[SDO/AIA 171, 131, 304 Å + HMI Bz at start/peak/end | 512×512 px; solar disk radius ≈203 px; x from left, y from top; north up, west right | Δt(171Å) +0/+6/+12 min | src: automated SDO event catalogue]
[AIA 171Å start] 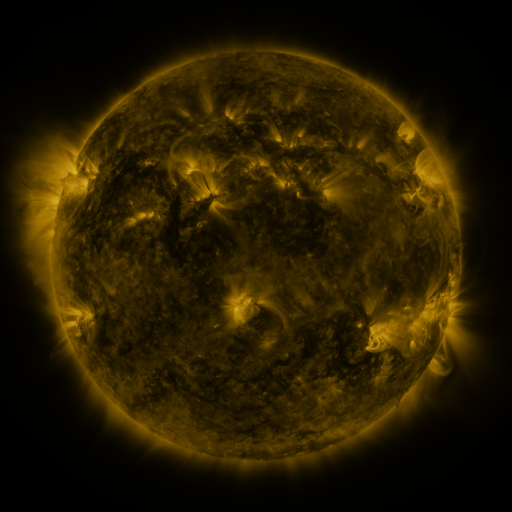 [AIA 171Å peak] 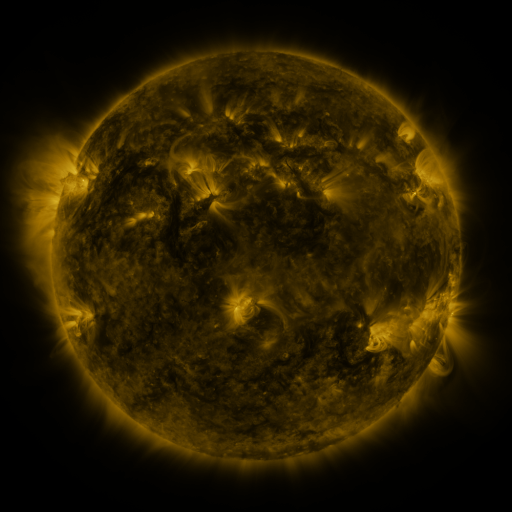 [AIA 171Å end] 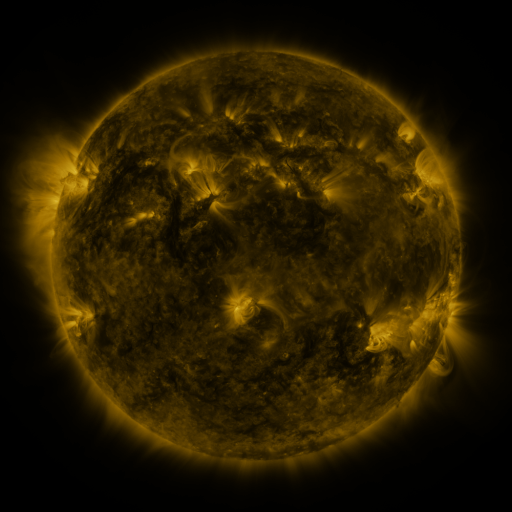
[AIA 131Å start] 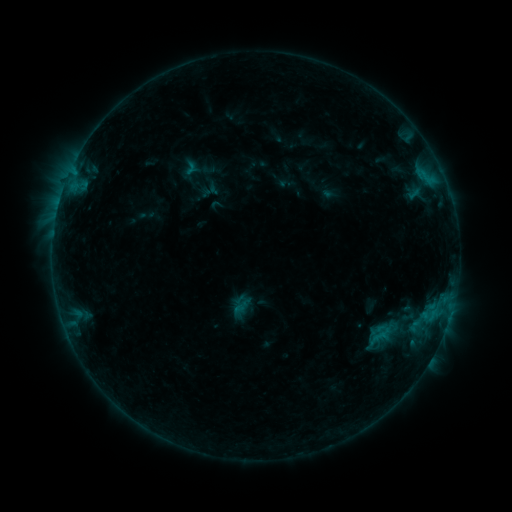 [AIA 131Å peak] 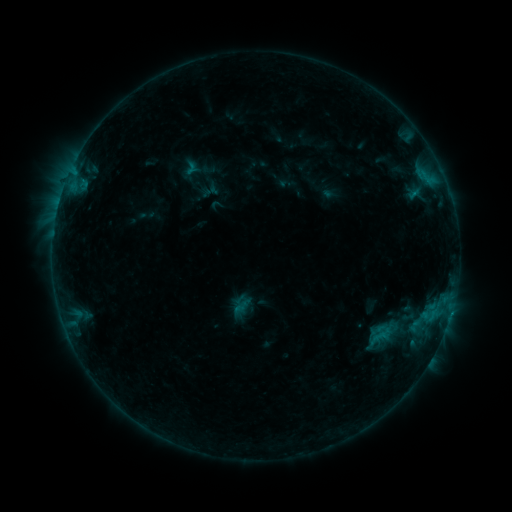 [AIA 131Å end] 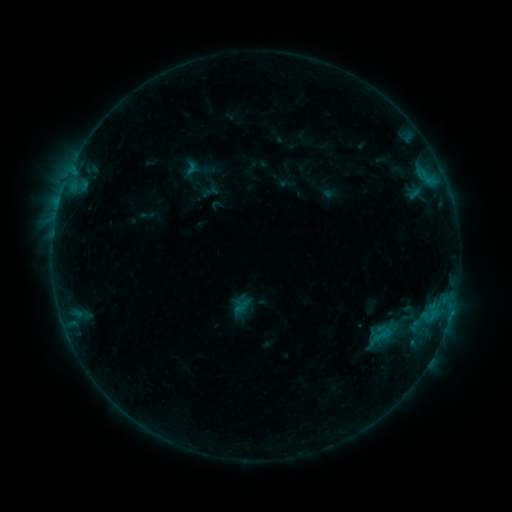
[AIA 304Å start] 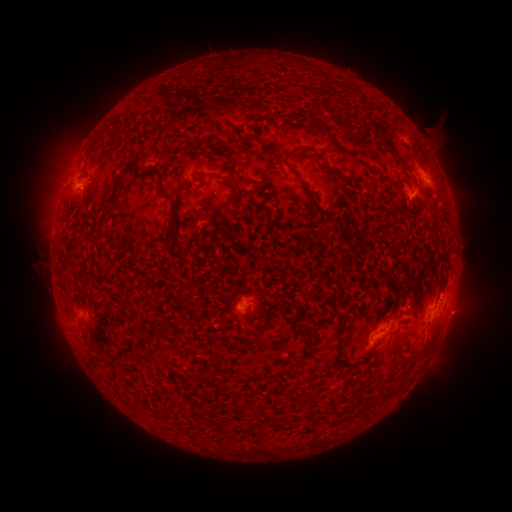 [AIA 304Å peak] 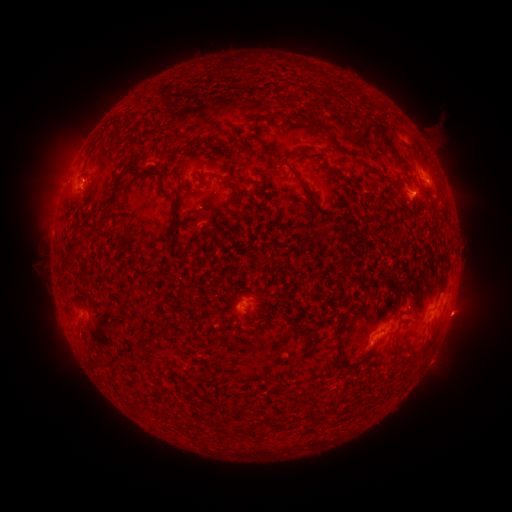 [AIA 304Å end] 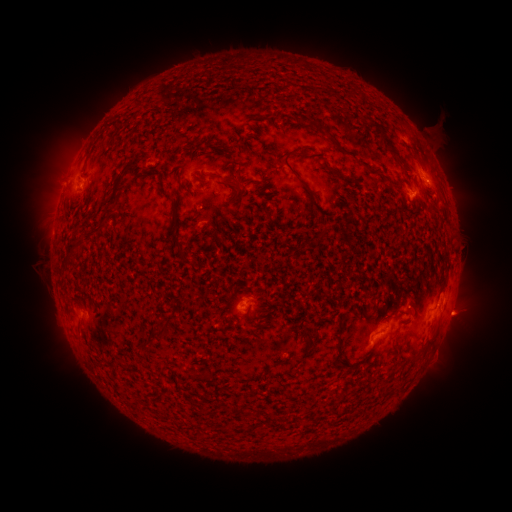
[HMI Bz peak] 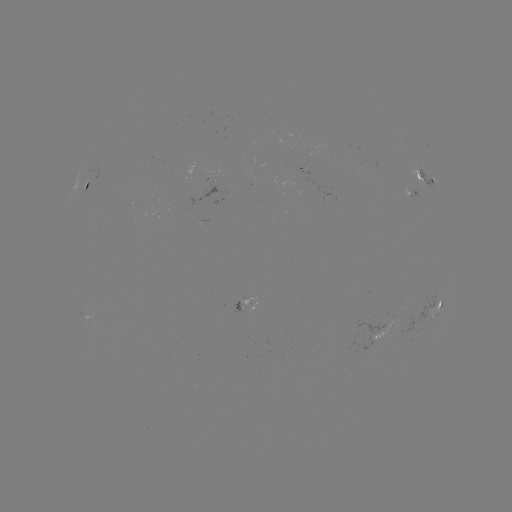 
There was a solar eruption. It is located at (472, 315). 